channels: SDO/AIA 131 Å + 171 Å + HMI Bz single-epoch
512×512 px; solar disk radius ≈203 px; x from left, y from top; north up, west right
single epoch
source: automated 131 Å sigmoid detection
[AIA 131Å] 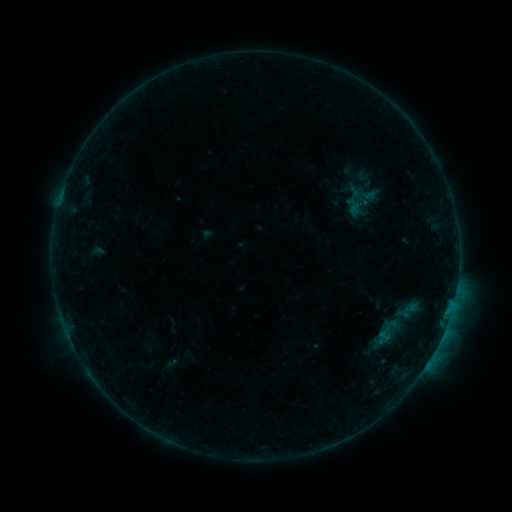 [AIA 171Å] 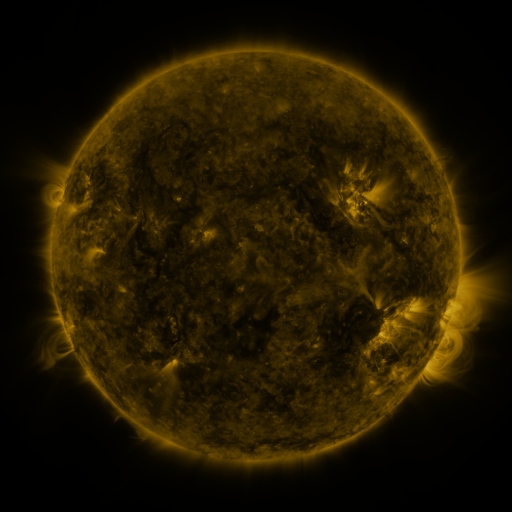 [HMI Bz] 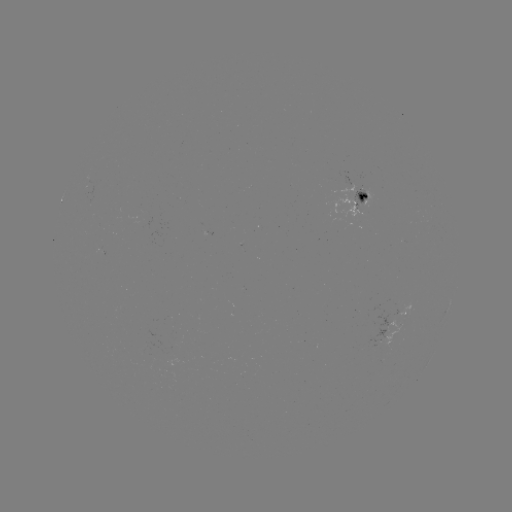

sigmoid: [351, 165, 381, 184]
